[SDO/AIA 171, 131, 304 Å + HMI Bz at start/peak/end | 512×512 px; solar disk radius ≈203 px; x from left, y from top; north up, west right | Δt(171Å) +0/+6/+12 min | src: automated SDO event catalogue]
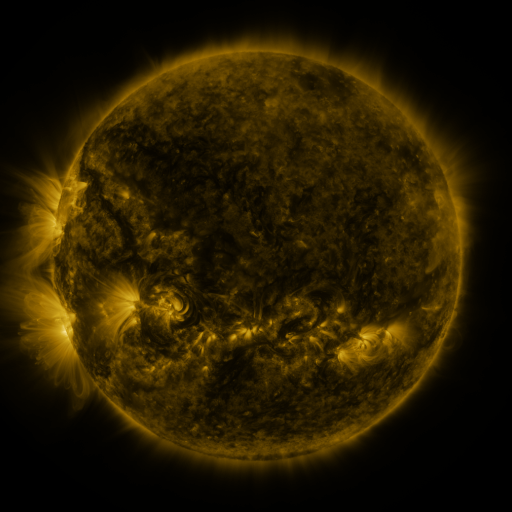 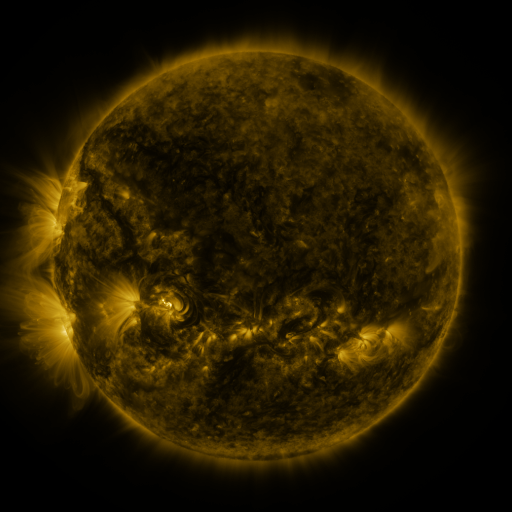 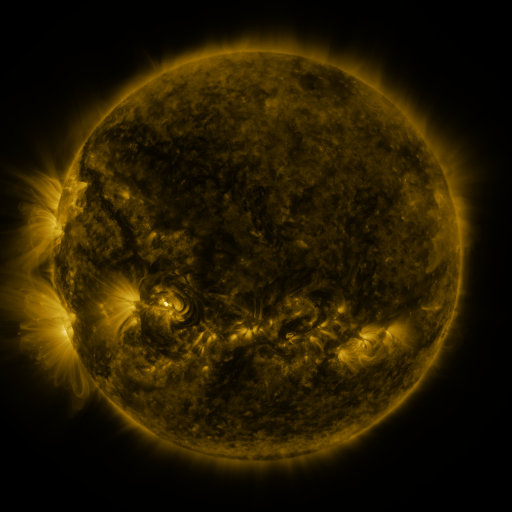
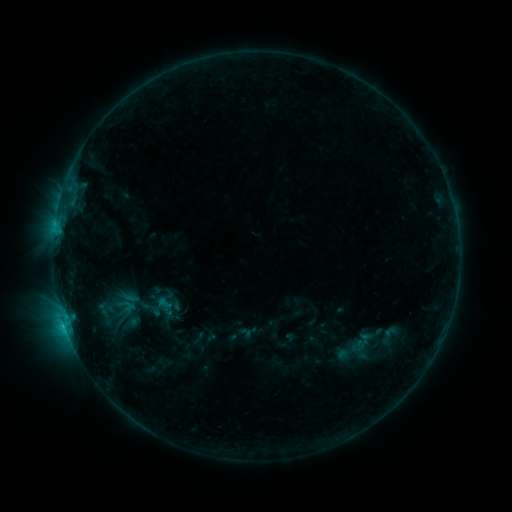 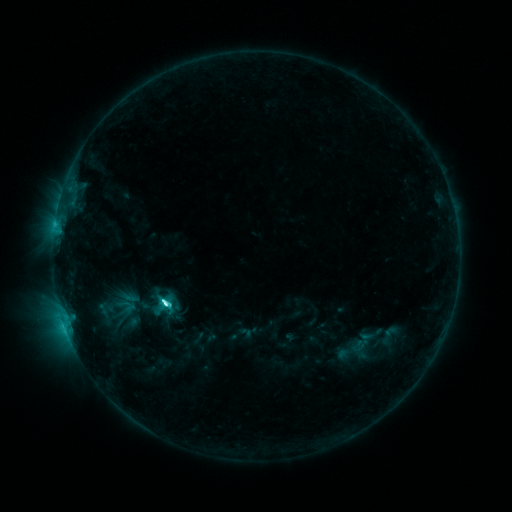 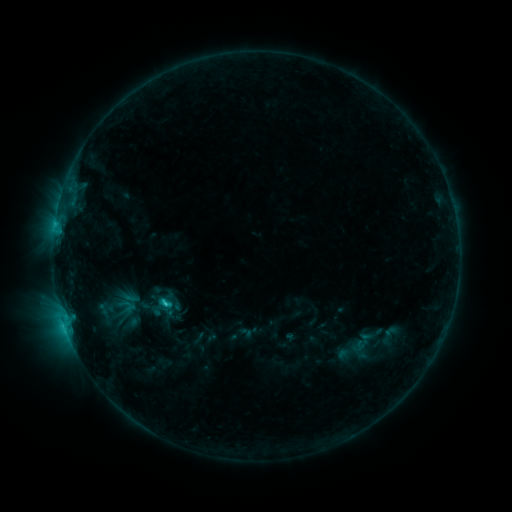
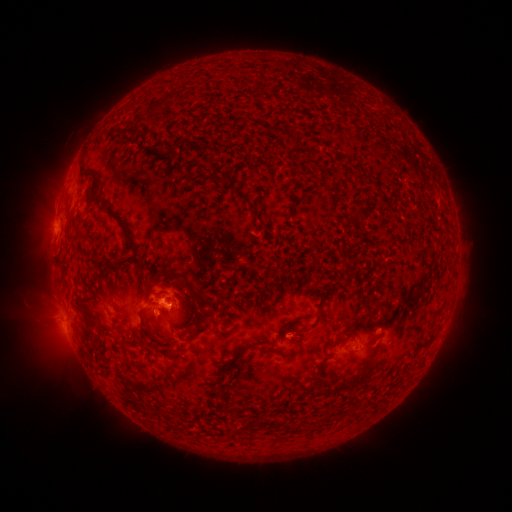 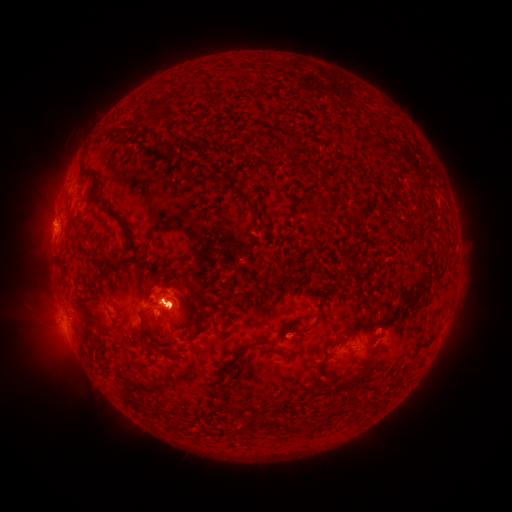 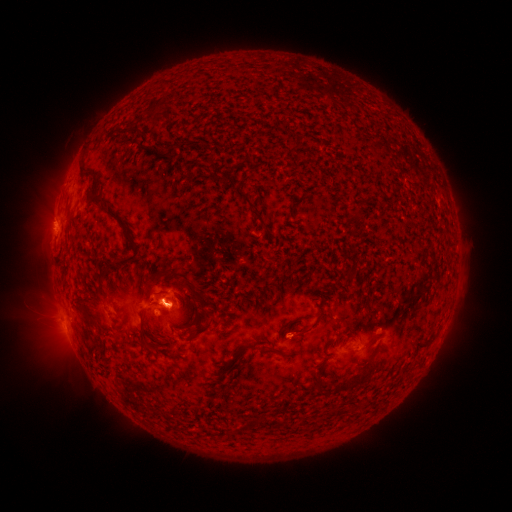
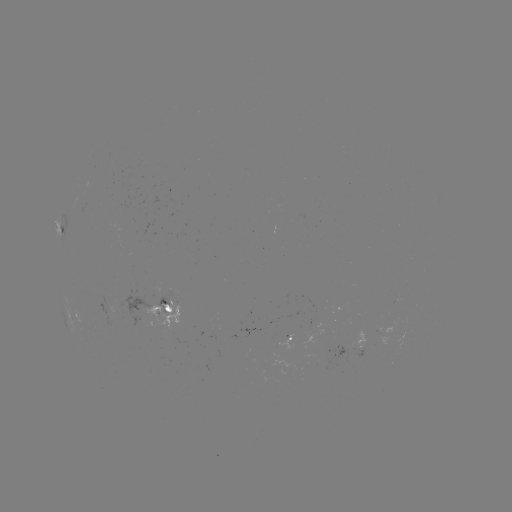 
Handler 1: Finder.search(eruption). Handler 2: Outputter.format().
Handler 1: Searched eruption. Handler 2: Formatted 50,223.